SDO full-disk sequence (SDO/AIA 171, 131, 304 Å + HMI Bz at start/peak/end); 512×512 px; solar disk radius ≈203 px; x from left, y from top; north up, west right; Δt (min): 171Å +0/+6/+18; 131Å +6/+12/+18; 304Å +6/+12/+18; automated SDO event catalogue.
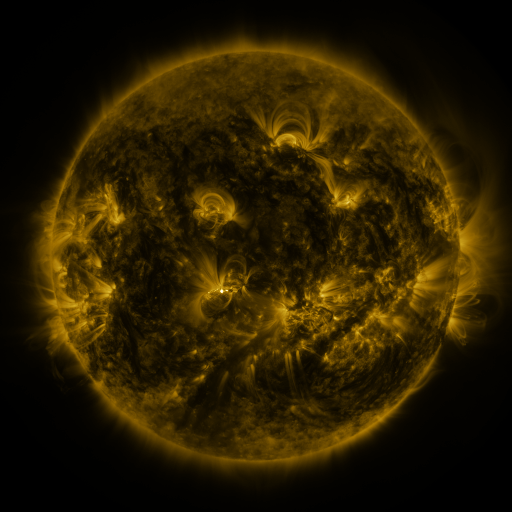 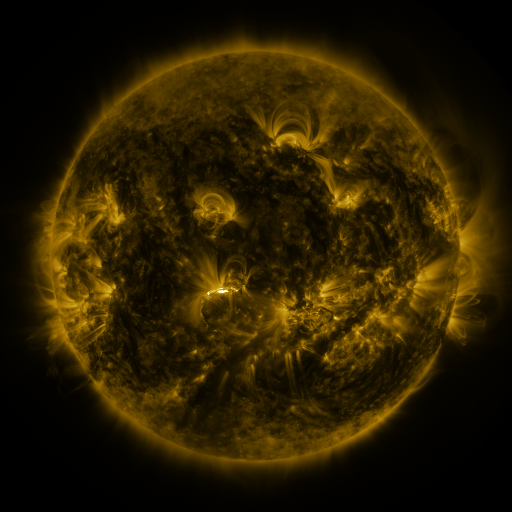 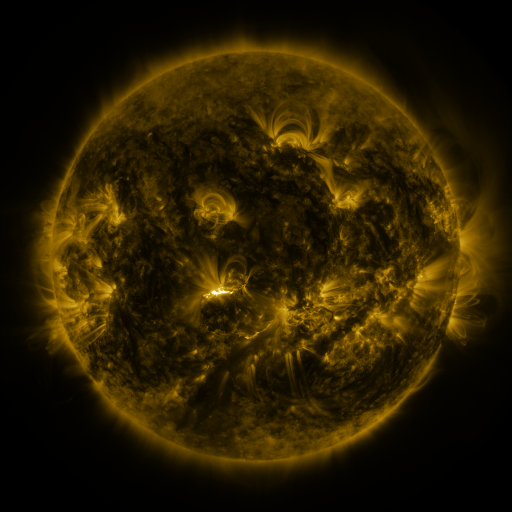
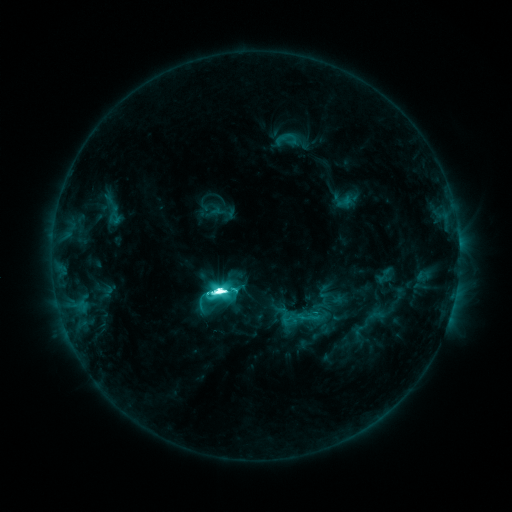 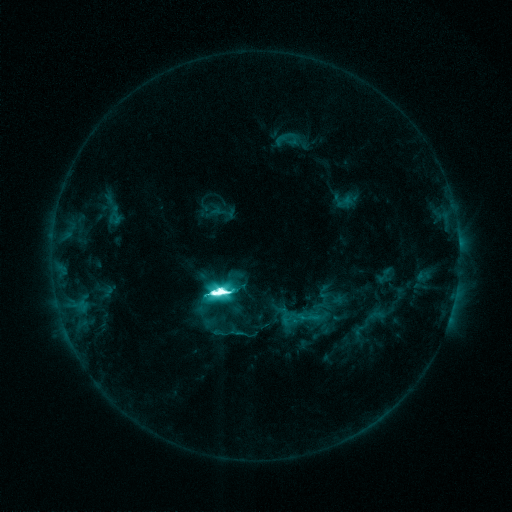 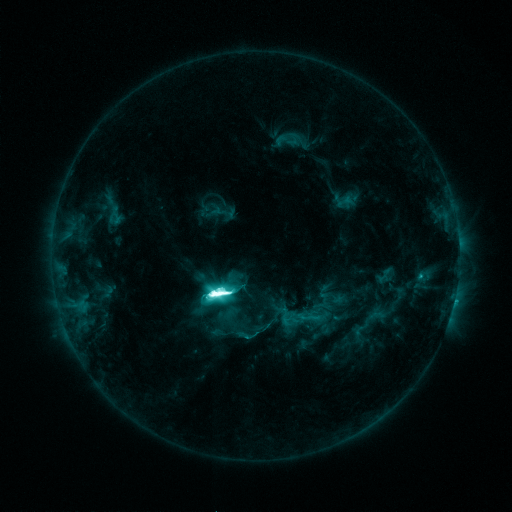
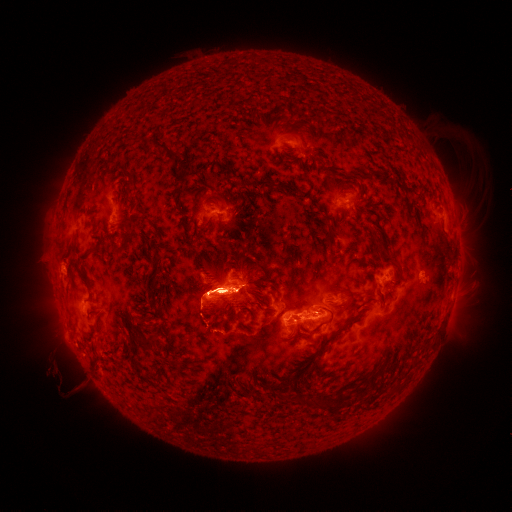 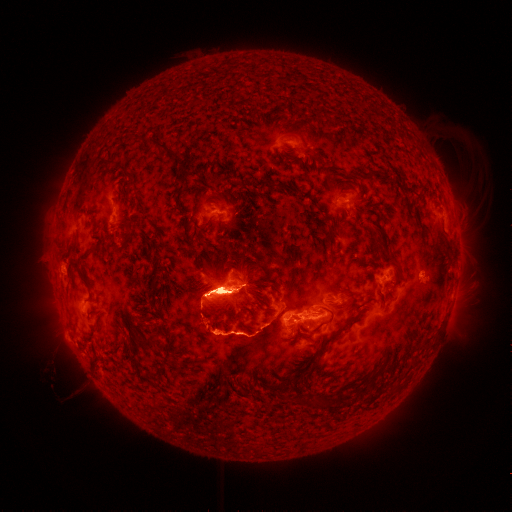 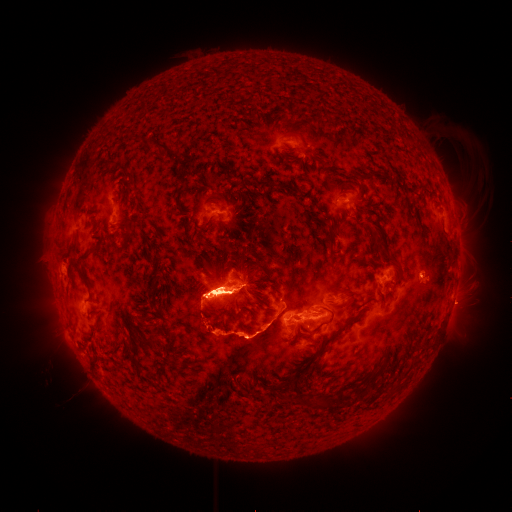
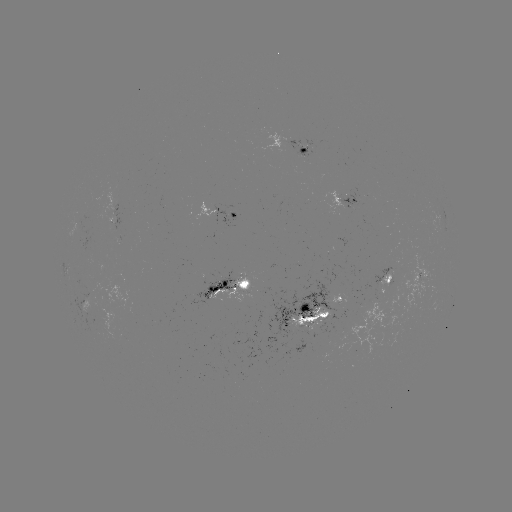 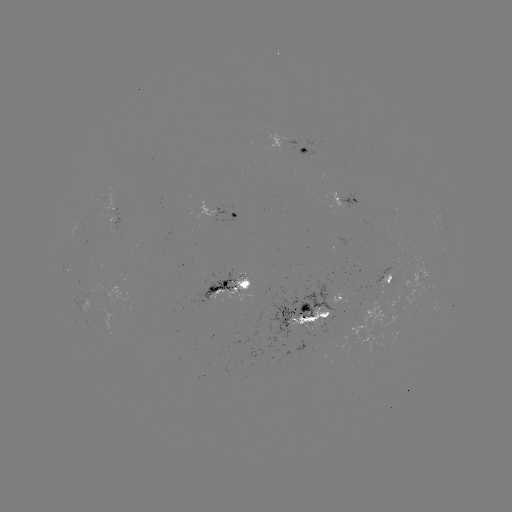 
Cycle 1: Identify eruption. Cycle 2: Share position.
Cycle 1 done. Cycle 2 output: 211,198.